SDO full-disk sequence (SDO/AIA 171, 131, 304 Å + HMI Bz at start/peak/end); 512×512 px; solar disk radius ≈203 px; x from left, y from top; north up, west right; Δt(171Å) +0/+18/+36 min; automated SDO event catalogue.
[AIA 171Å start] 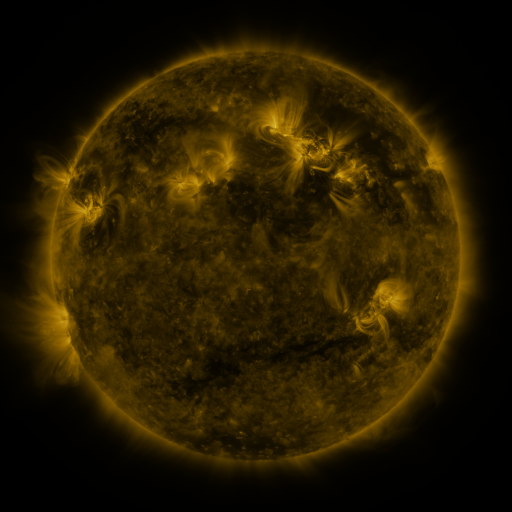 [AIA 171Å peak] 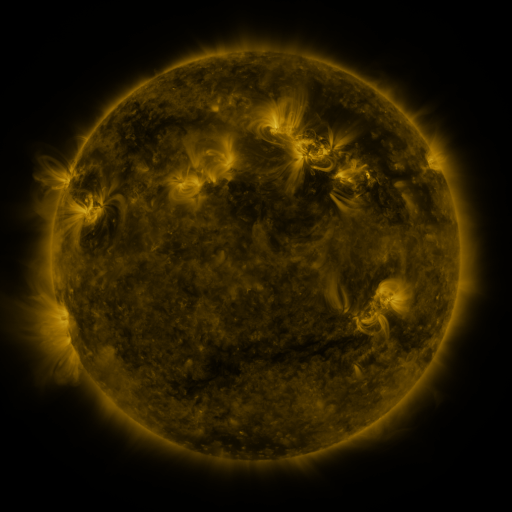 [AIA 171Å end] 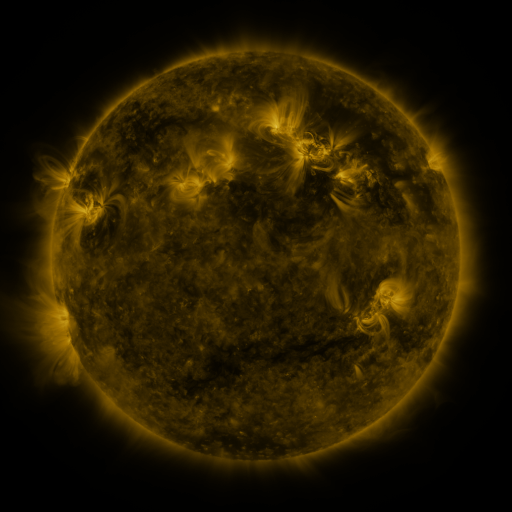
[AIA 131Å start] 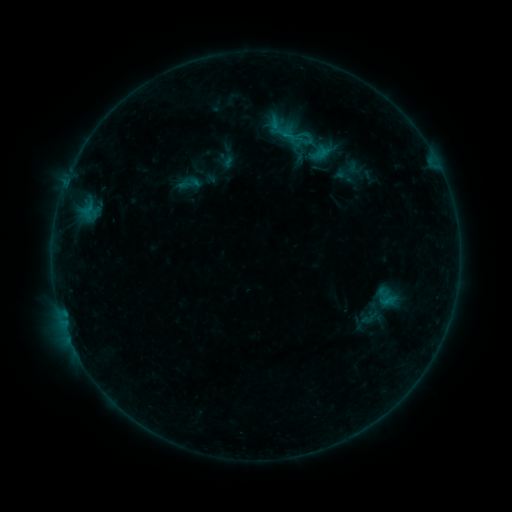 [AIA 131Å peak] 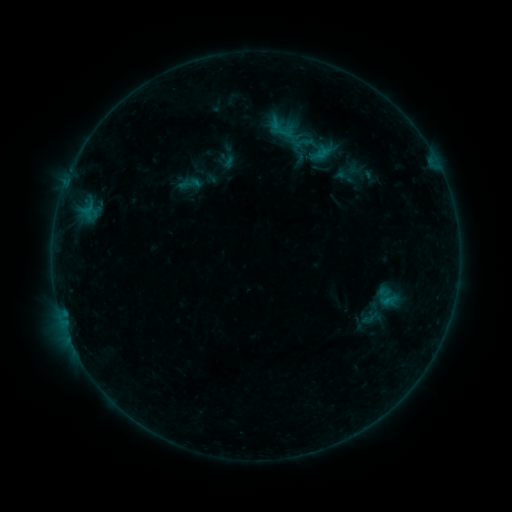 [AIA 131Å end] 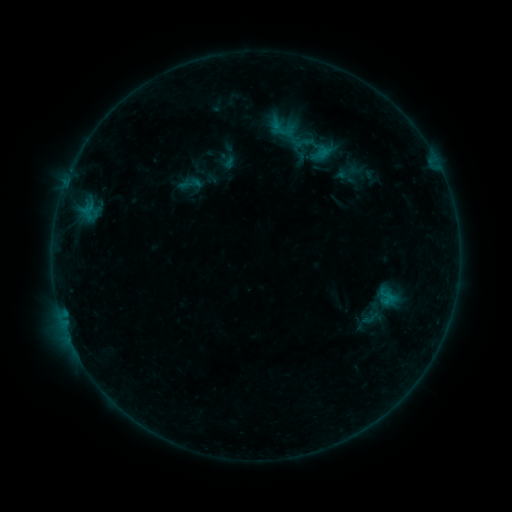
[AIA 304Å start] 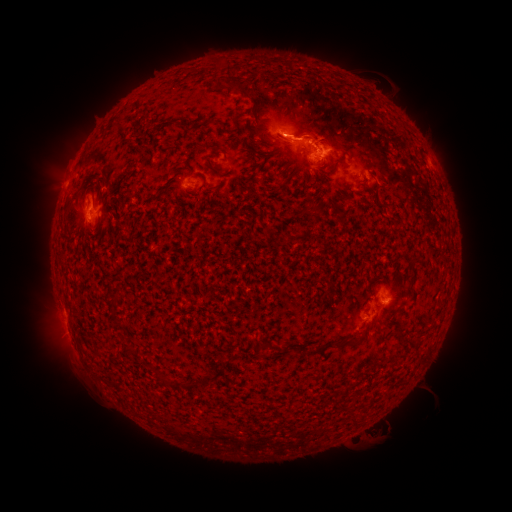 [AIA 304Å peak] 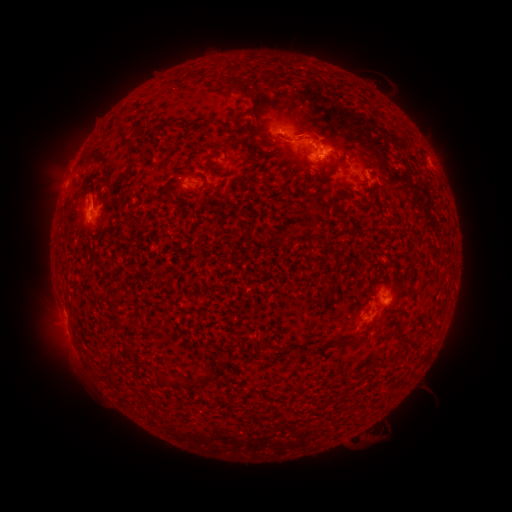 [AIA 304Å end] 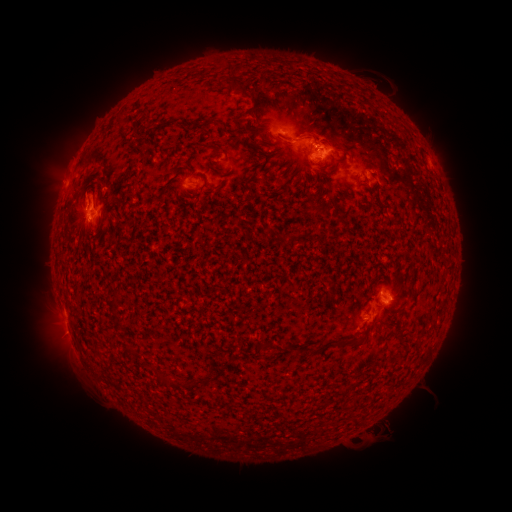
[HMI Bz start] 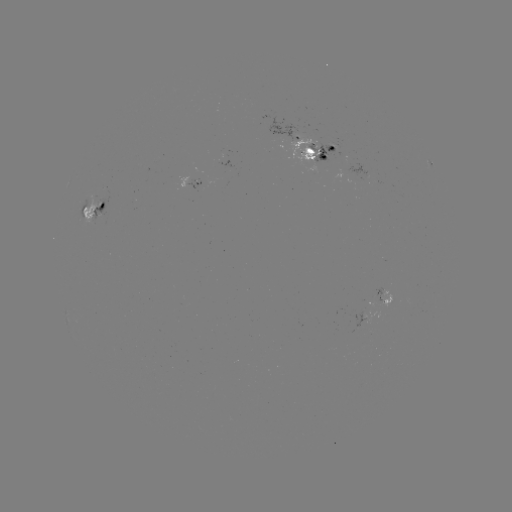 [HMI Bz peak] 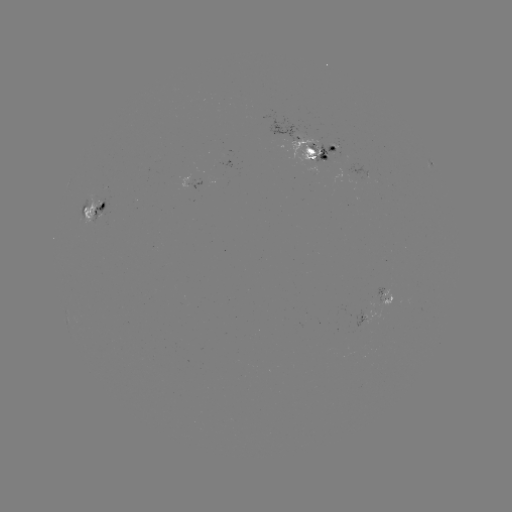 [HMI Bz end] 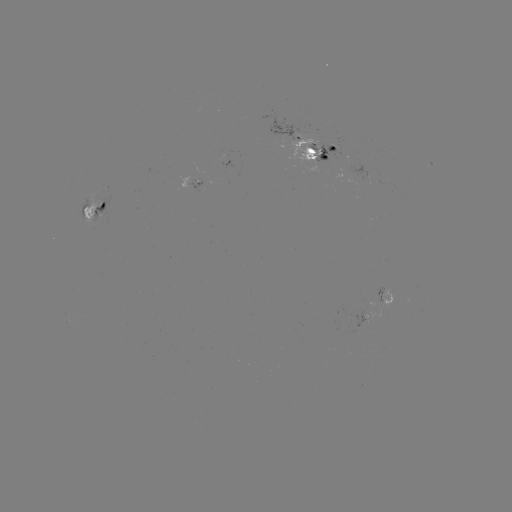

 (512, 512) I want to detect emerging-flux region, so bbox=[381, 294, 391, 307].